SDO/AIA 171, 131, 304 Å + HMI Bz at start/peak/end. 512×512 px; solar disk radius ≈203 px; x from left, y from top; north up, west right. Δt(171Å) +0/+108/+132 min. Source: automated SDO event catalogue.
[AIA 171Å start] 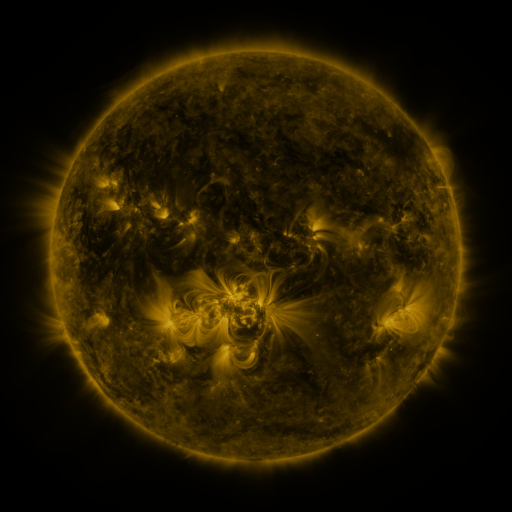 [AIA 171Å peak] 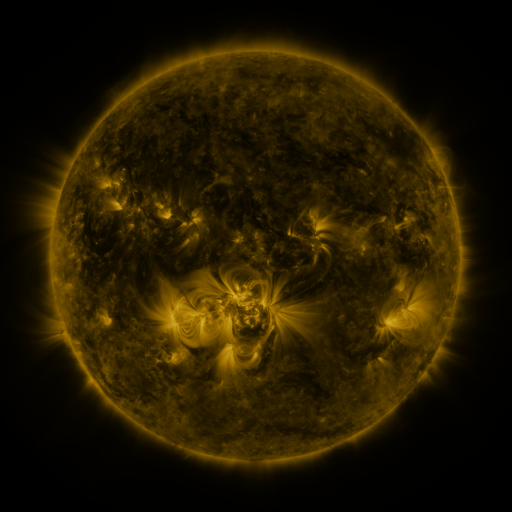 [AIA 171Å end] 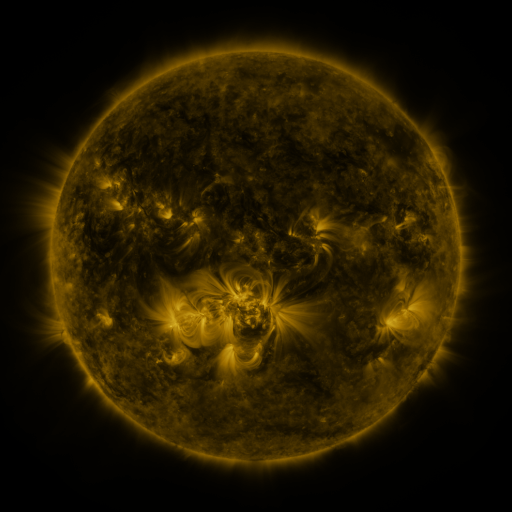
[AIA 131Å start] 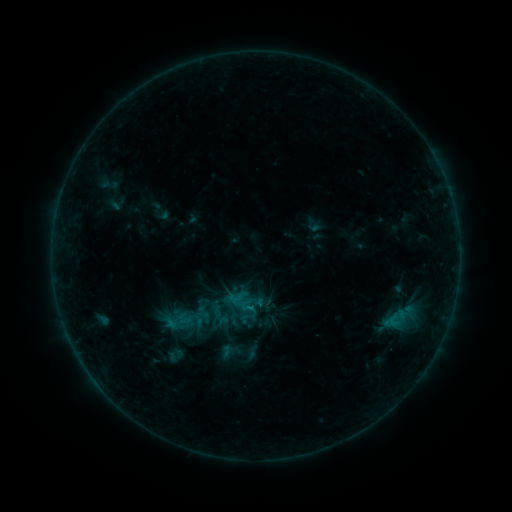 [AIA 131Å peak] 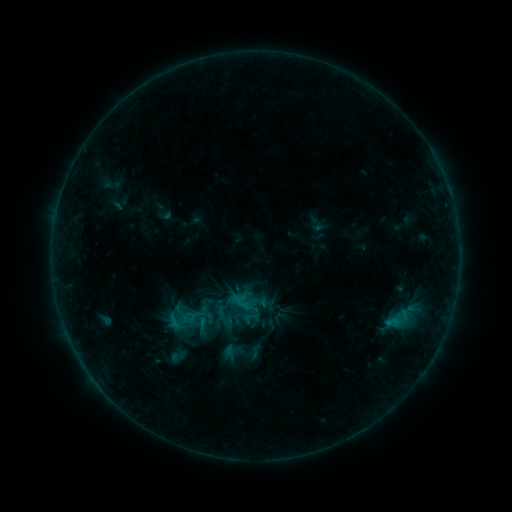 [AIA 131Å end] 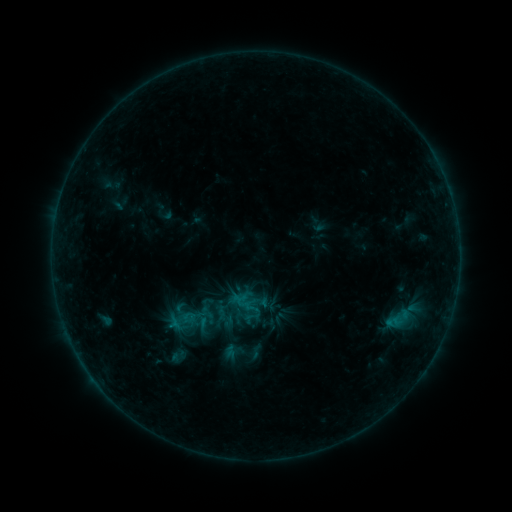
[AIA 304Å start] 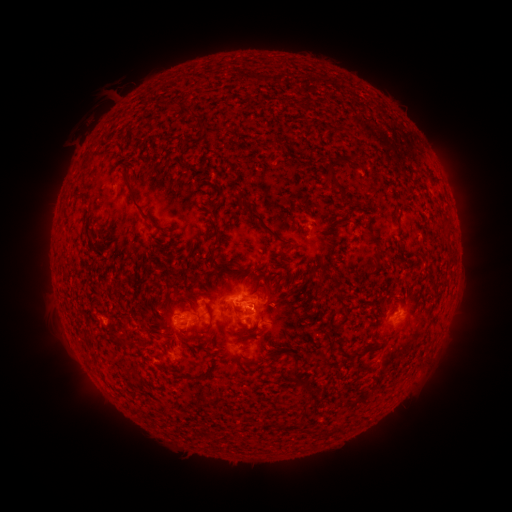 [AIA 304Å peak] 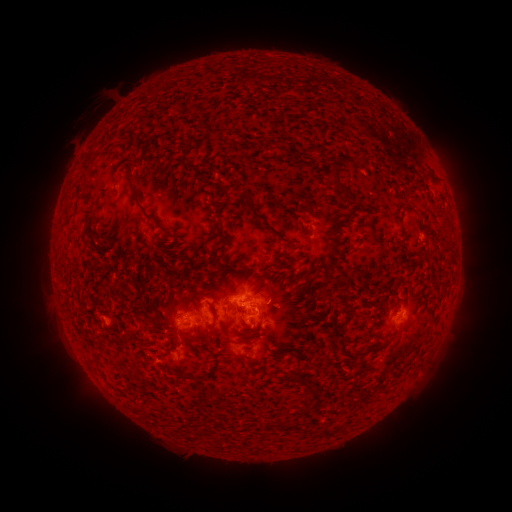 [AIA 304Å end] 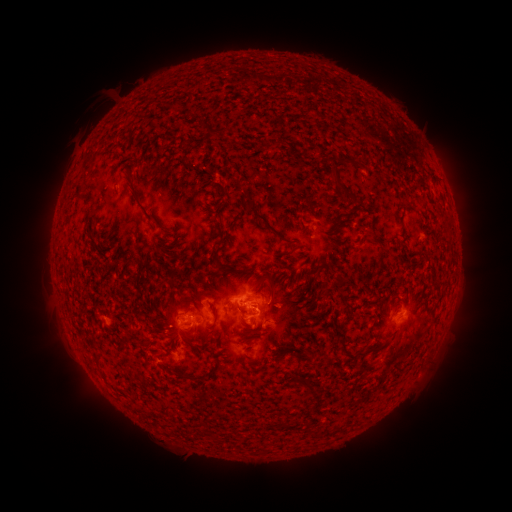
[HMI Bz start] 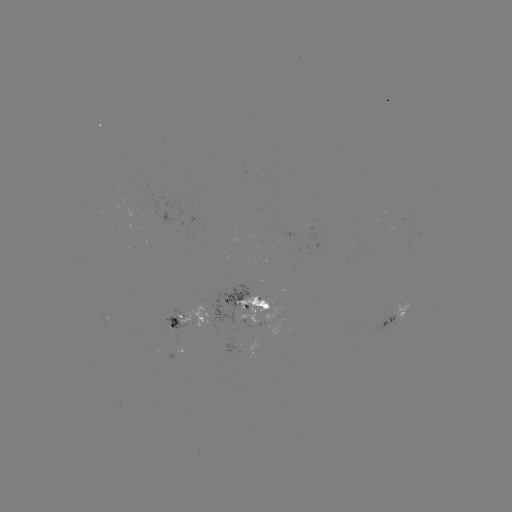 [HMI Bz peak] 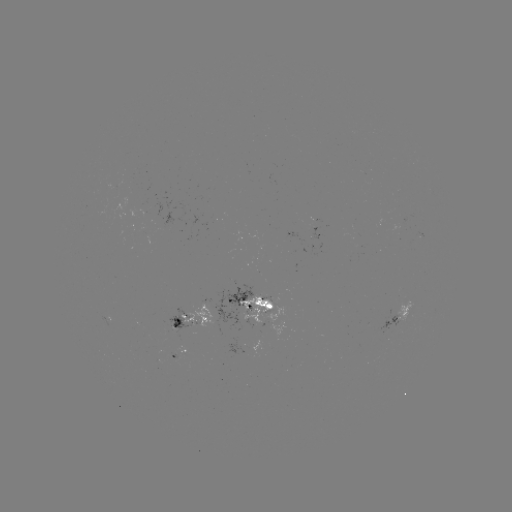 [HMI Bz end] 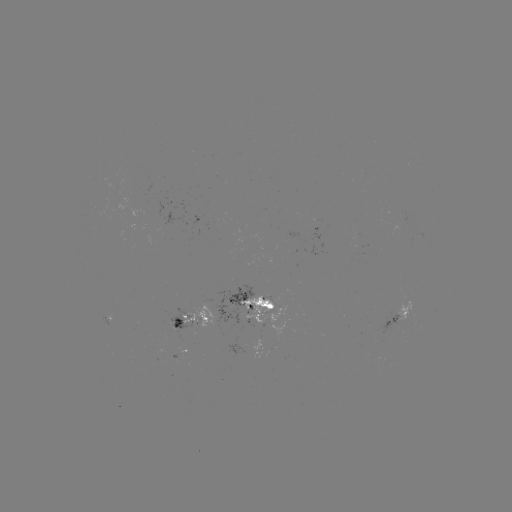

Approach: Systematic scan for emerging-flux region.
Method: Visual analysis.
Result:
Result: emerging-flux region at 261,301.